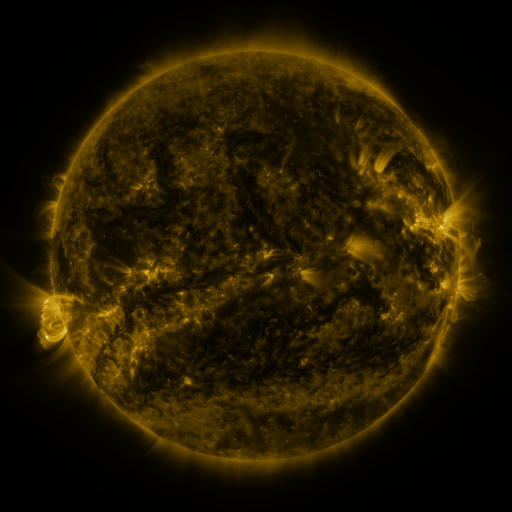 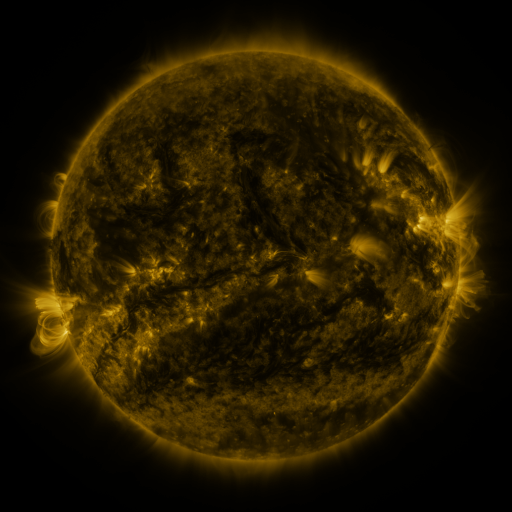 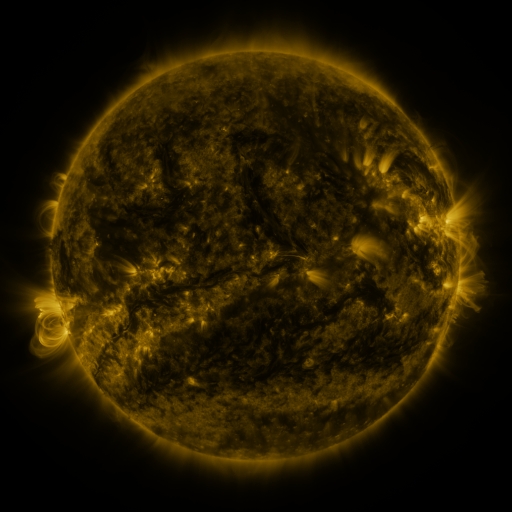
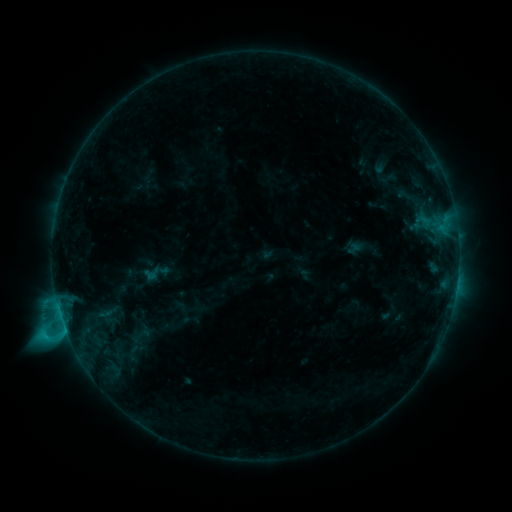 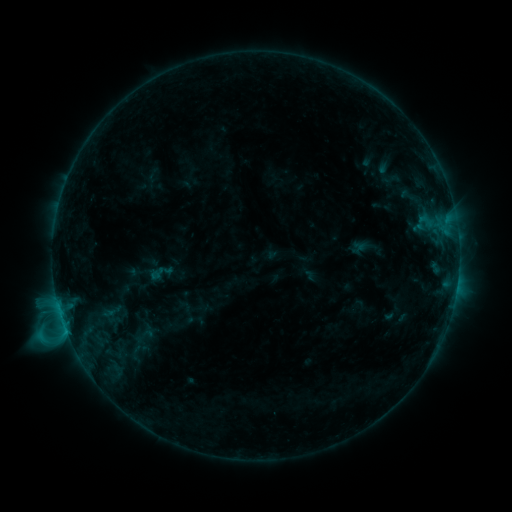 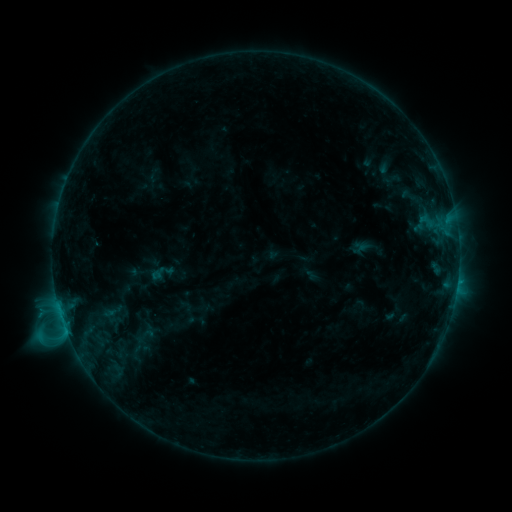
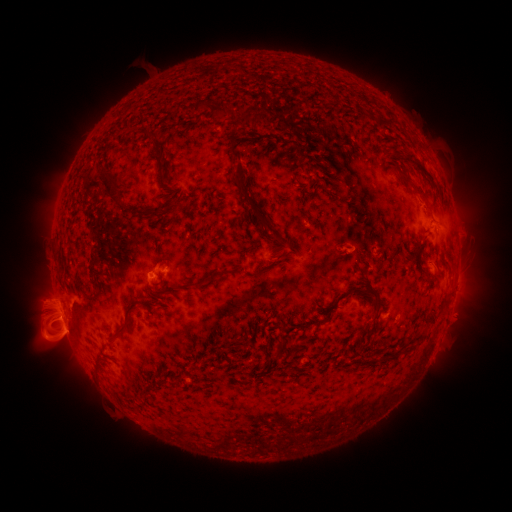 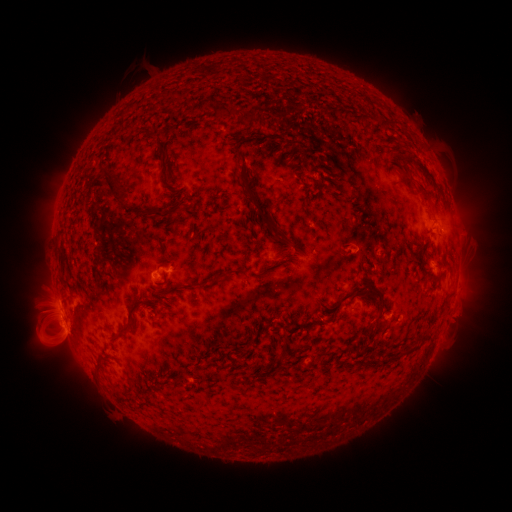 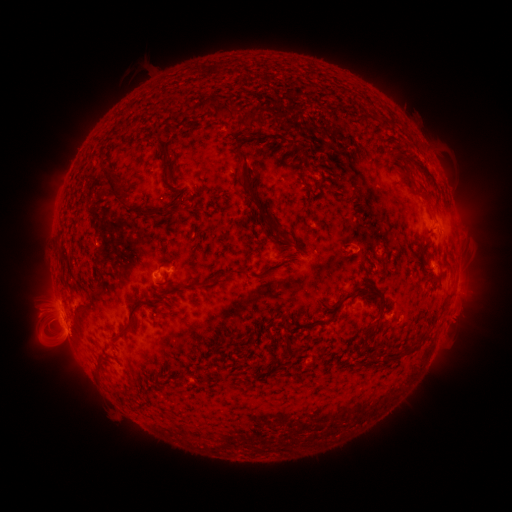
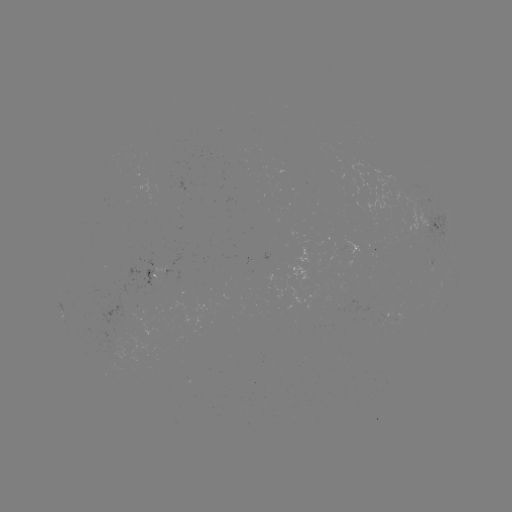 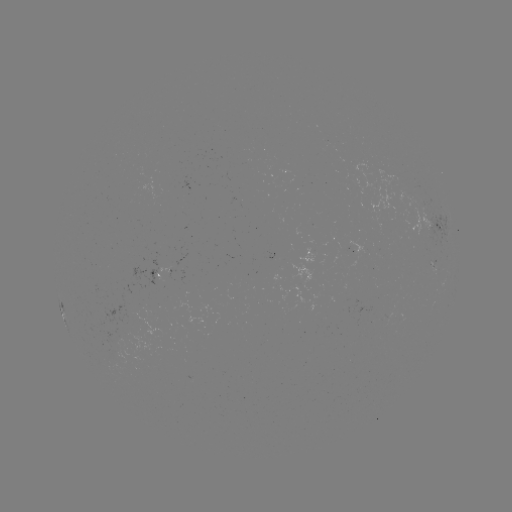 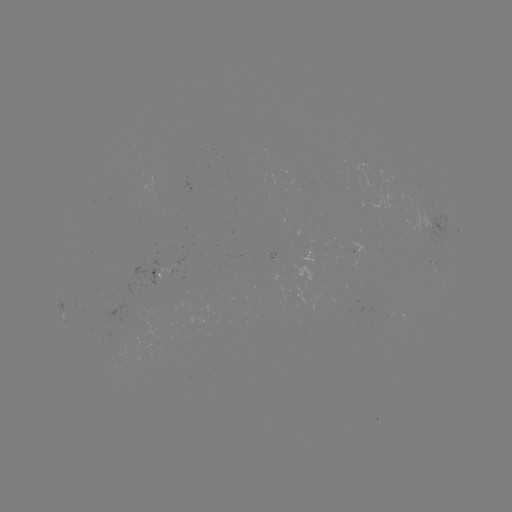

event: emerging-flux region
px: (158, 267)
